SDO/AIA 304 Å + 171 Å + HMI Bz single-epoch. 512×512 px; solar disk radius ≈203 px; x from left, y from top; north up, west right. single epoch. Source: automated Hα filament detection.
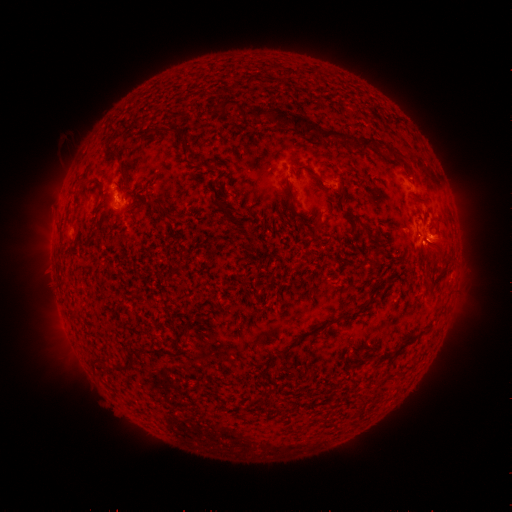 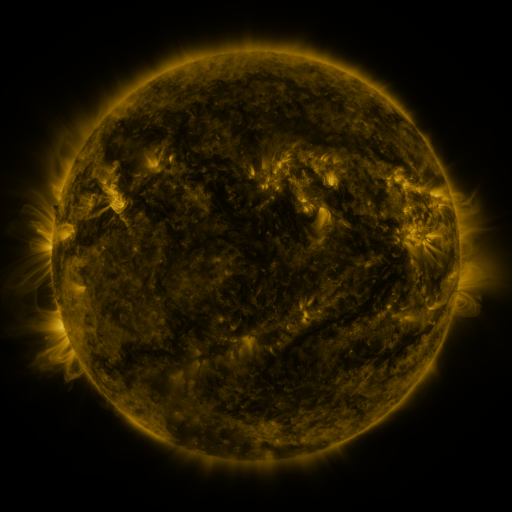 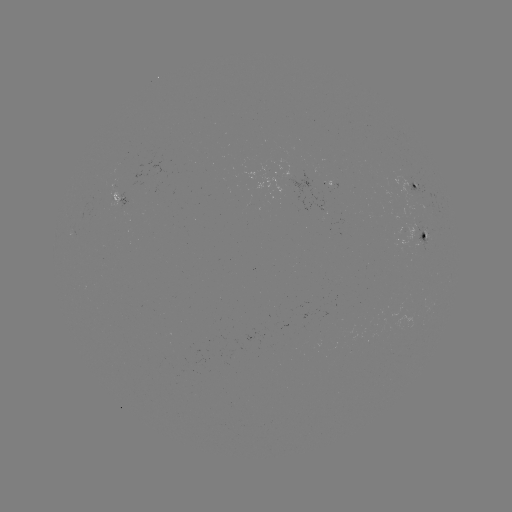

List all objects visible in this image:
filament: (219, 99, 240, 114)
filament: (246, 107, 269, 119)
filament: (273, 112, 285, 126)
filament: (292, 115, 305, 132)
filament: (305, 122, 318, 137)
filament: (168, 123, 188, 149)
filament: (320, 129, 346, 145)
filament: (359, 139, 380, 153)
filament: (121, 169, 128, 180)
filament: (285, 180, 296, 212)
filament: (337, 187, 346, 203)
filament: (215, 197, 232, 220)
filament: (145, 198, 165, 212)
filament: (128, 199, 137, 209)
filament: (88, 227, 99, 238)
filament: (370, 255, 378, 266)
filament: (423, 272, 431, 282)
filament: (175, 327, 187, 343)
filament: (399, 339, 414, 350)
filament: (95, 355, 107, 370)
filament: (112, 362, 128, 371)
